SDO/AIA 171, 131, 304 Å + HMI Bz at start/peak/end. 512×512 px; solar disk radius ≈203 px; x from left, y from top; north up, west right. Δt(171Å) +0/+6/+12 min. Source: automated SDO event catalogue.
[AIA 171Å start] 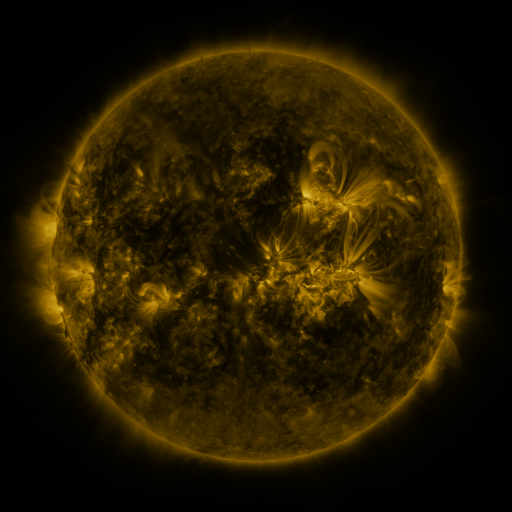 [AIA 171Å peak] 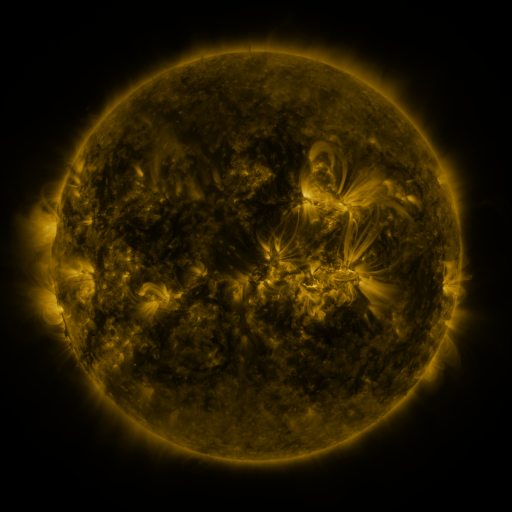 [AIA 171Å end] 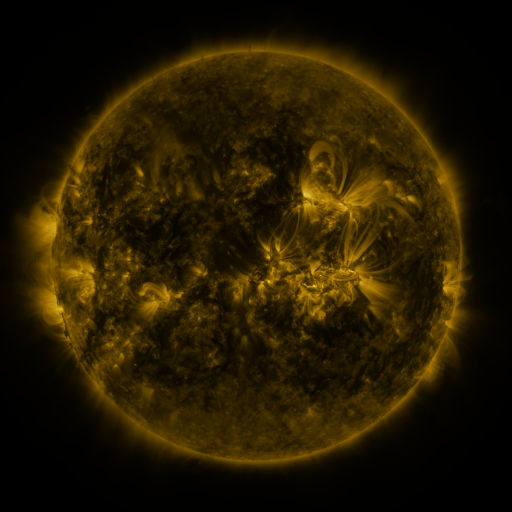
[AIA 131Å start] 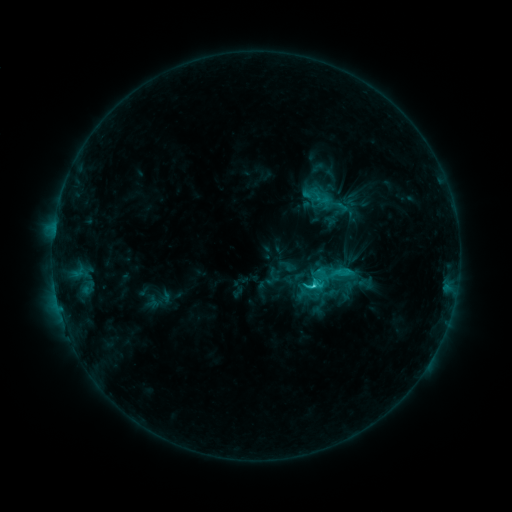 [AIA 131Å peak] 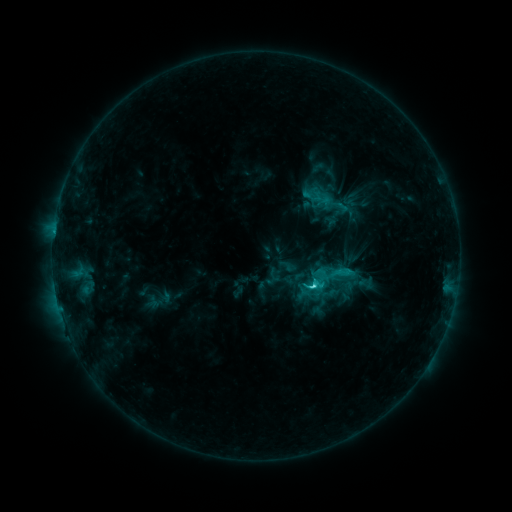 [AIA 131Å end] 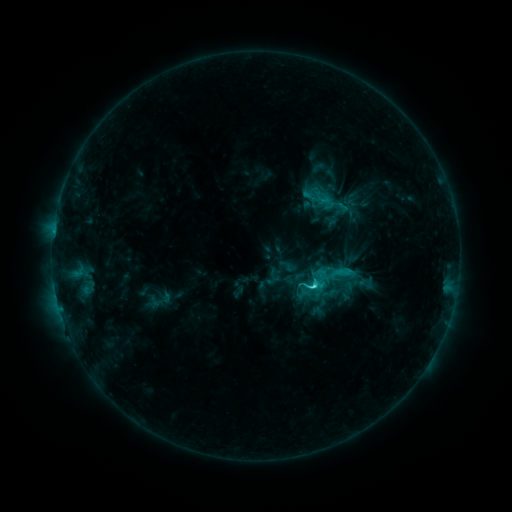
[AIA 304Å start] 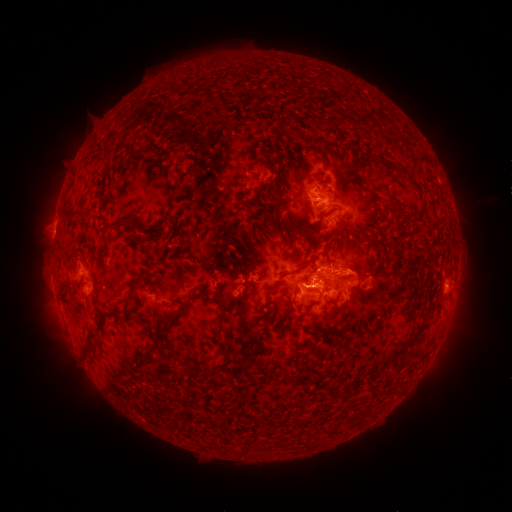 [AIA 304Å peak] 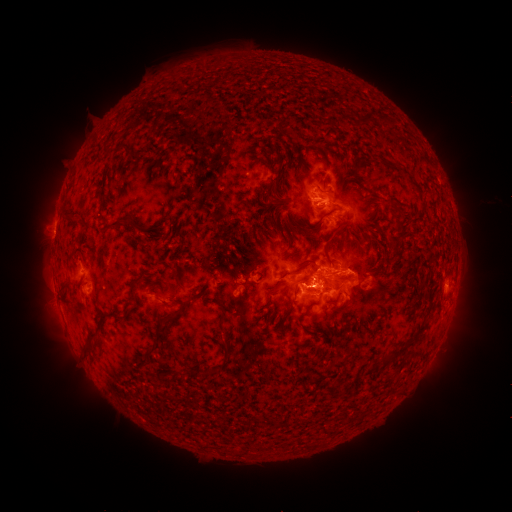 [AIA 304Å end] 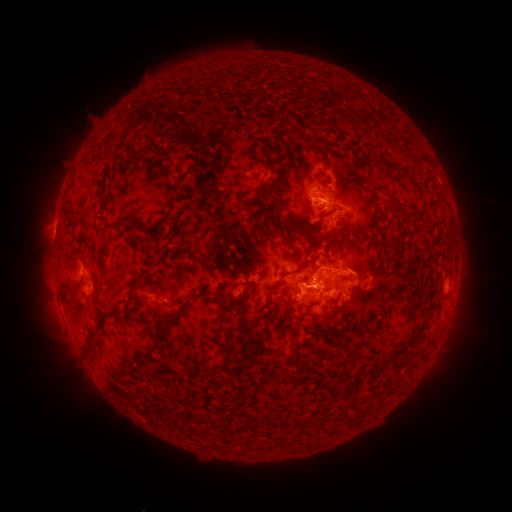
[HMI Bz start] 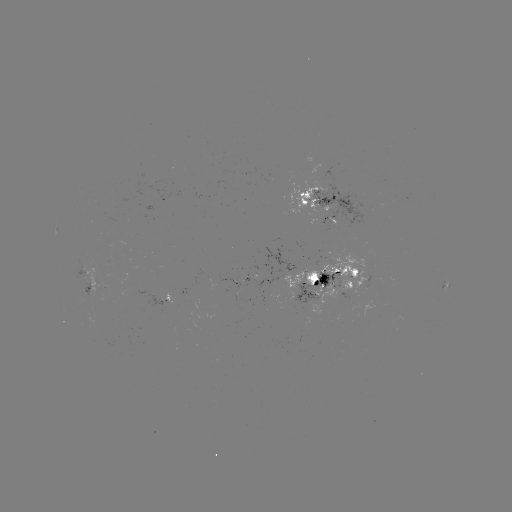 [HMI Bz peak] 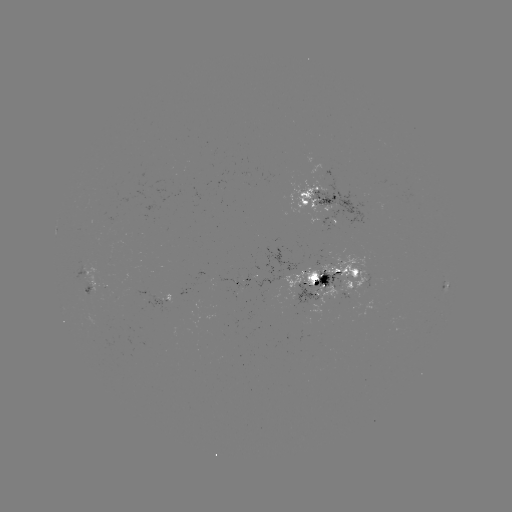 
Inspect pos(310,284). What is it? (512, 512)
C4.4 flare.